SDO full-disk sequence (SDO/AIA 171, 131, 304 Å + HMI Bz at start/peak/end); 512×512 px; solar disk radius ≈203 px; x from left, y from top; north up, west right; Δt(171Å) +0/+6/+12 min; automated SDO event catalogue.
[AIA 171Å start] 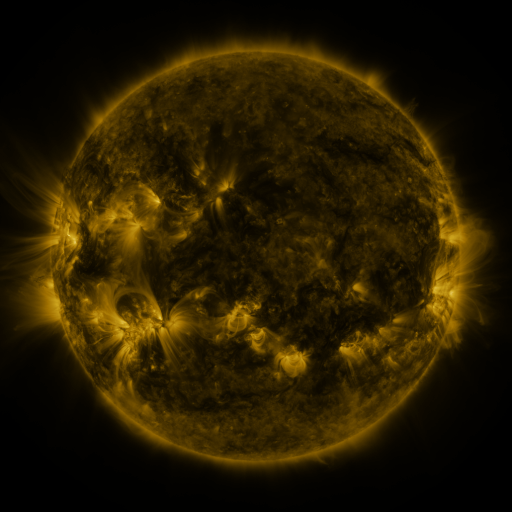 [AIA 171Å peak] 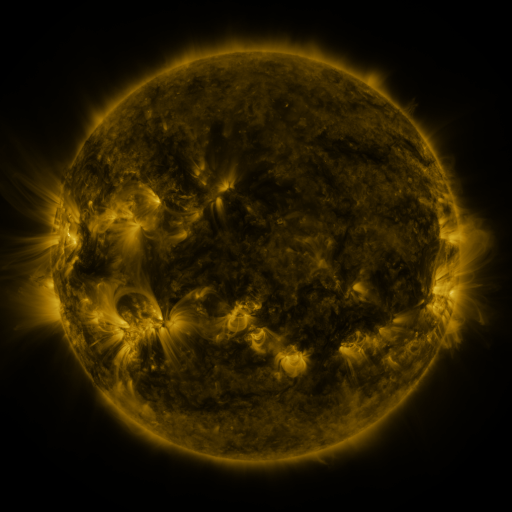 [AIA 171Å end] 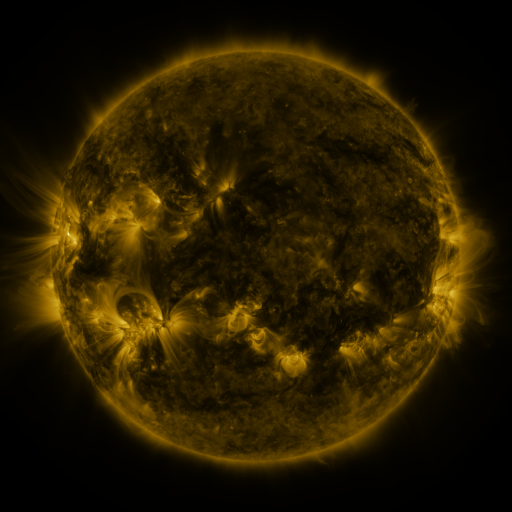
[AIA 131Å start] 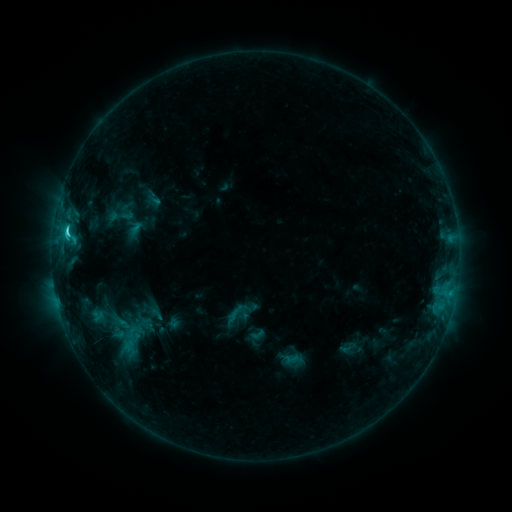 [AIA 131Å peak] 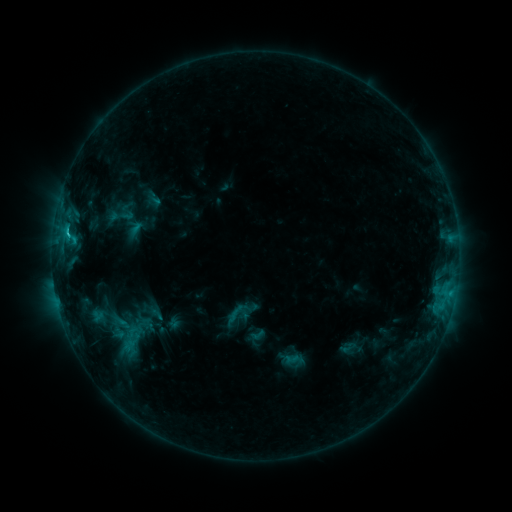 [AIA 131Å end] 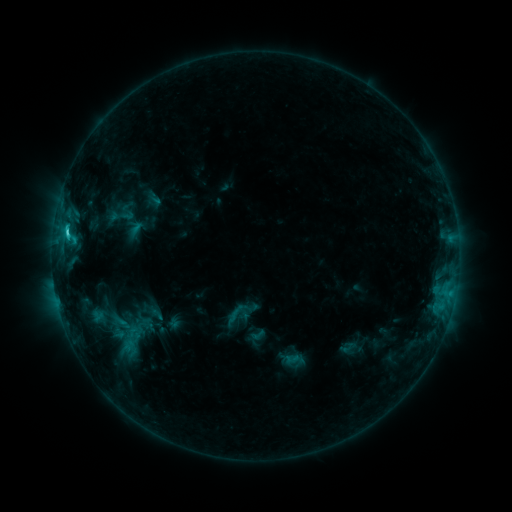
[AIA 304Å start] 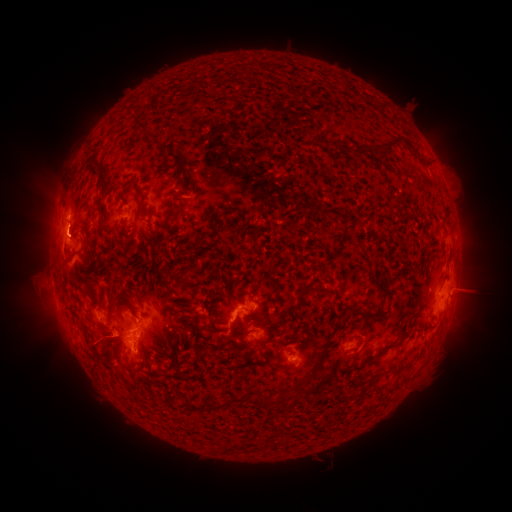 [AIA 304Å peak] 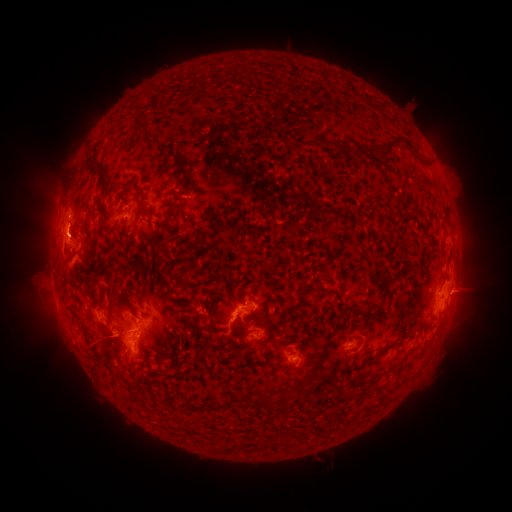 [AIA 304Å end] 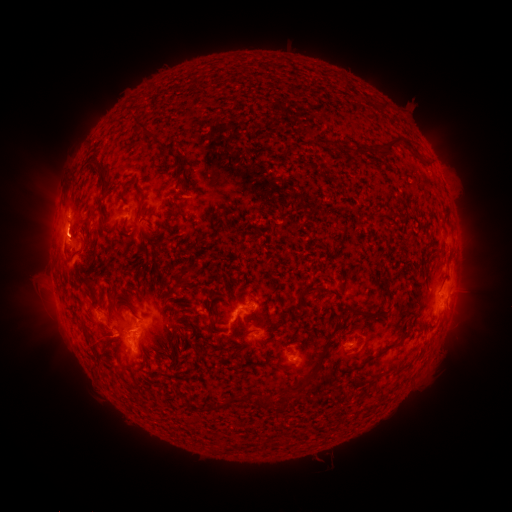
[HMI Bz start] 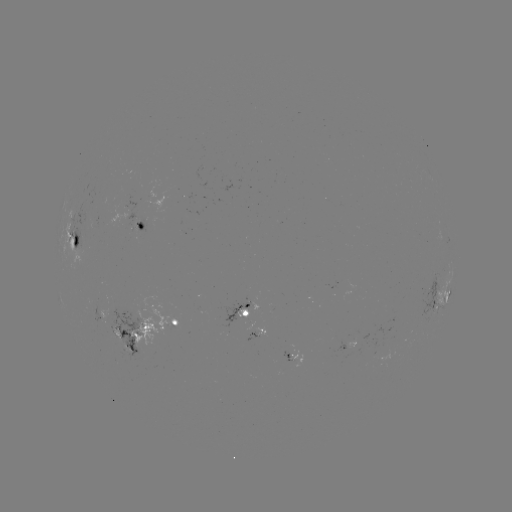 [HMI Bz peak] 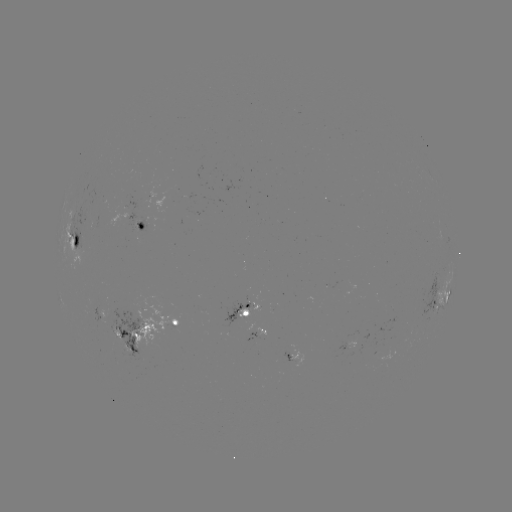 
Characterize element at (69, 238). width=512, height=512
C3.1 flare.